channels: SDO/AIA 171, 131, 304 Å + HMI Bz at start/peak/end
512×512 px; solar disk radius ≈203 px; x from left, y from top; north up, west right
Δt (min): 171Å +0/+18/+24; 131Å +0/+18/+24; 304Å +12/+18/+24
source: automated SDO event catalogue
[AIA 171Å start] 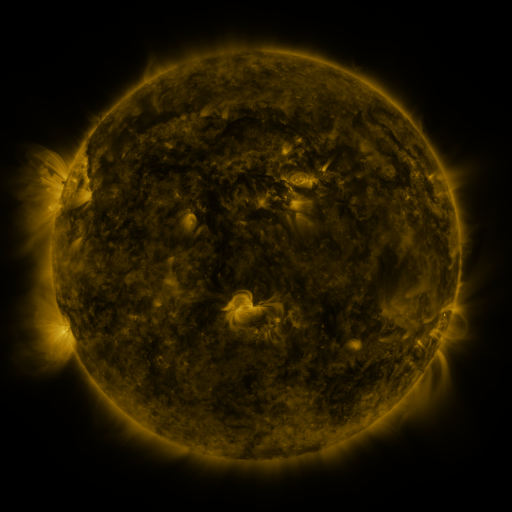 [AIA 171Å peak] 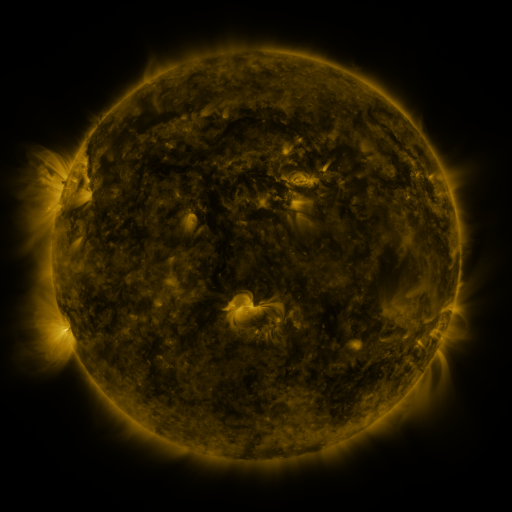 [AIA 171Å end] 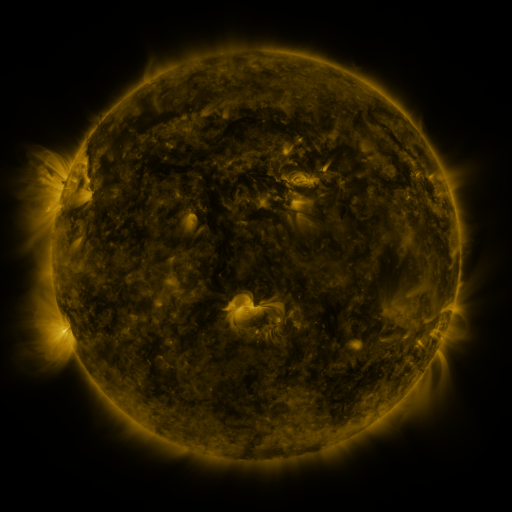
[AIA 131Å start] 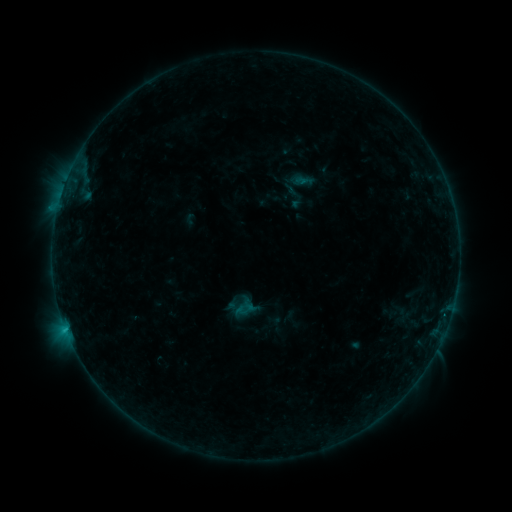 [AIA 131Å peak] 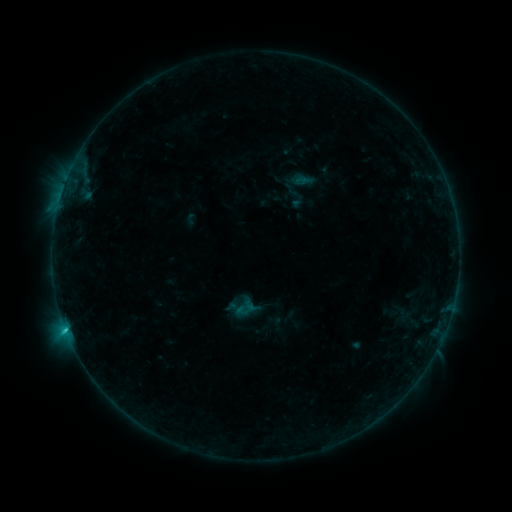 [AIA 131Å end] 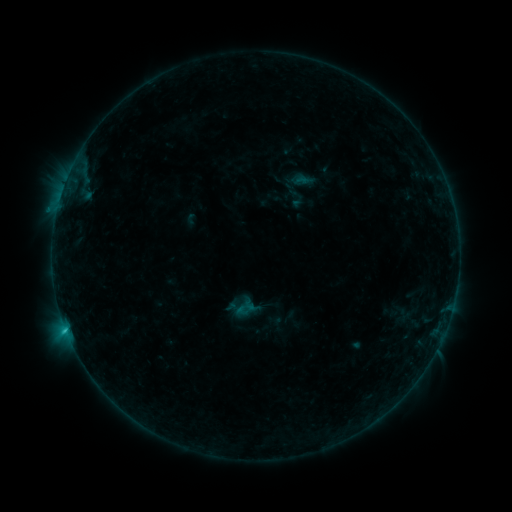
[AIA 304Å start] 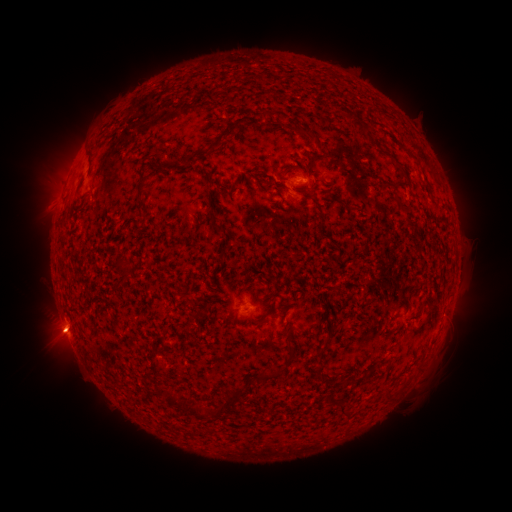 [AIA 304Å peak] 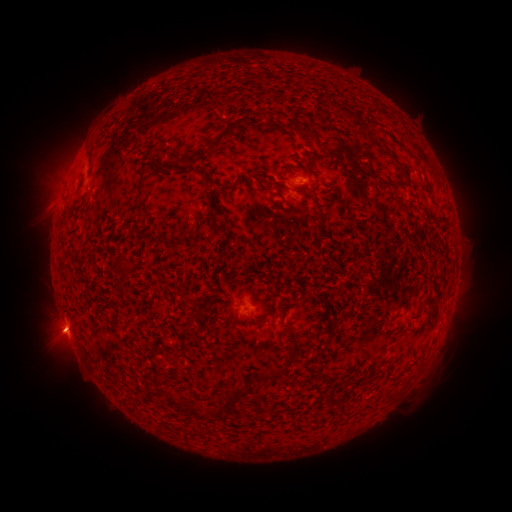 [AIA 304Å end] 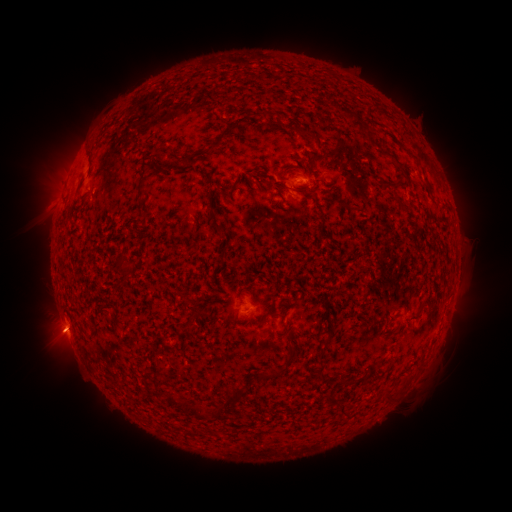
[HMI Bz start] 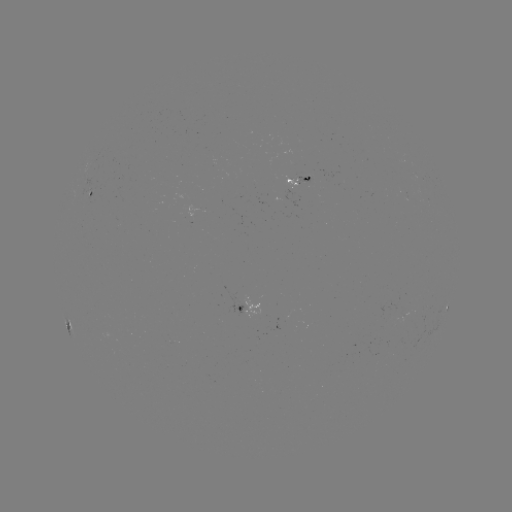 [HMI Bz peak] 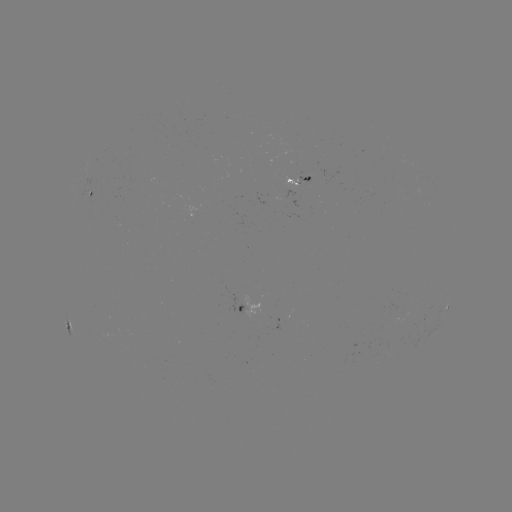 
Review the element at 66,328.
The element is C1.2 flare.